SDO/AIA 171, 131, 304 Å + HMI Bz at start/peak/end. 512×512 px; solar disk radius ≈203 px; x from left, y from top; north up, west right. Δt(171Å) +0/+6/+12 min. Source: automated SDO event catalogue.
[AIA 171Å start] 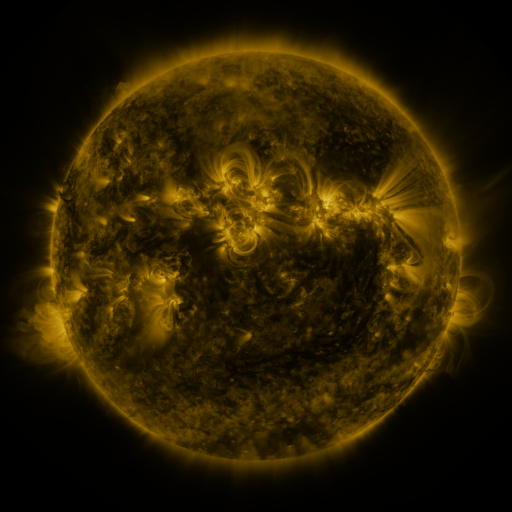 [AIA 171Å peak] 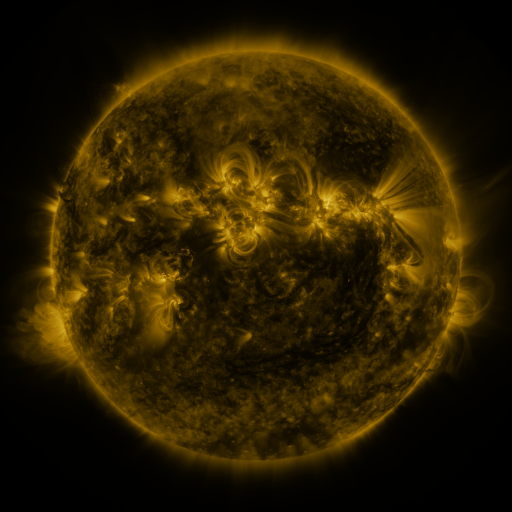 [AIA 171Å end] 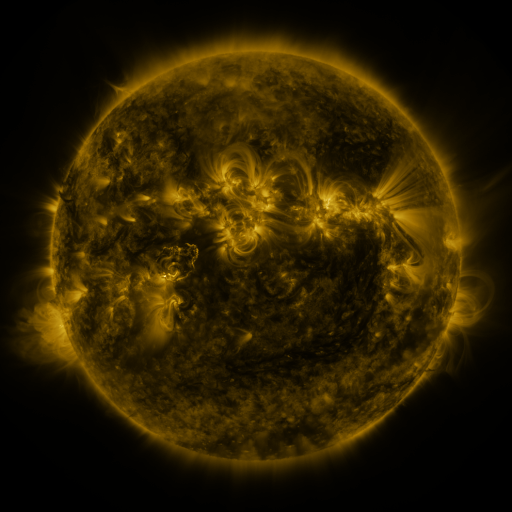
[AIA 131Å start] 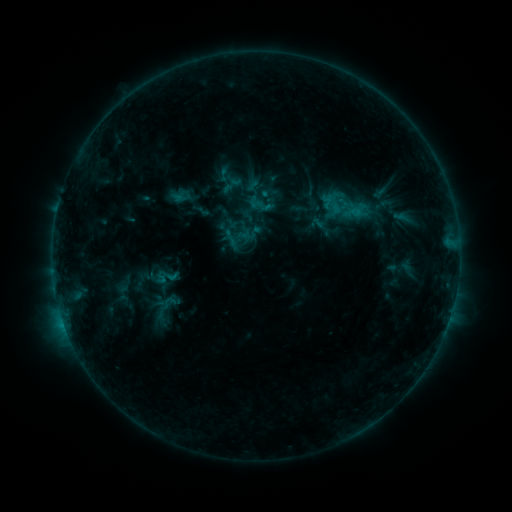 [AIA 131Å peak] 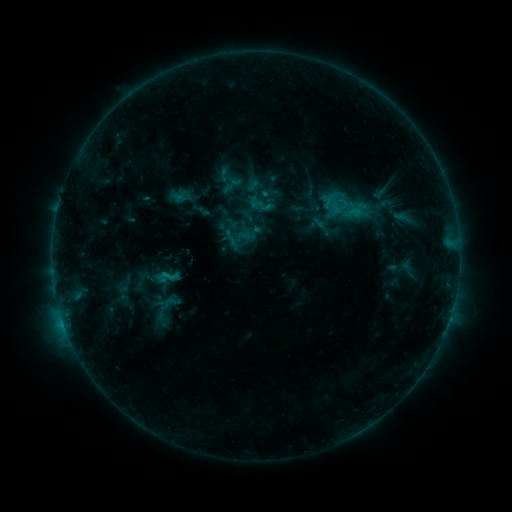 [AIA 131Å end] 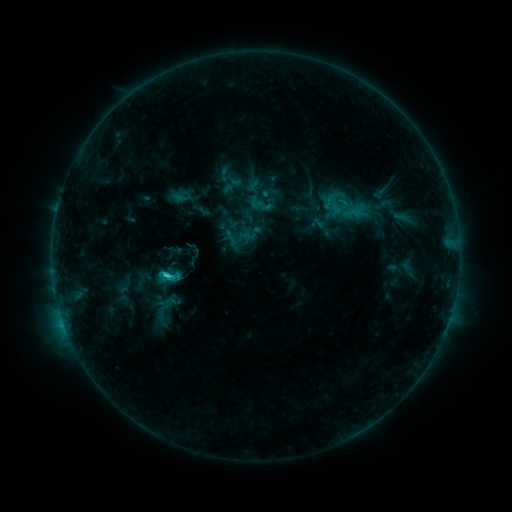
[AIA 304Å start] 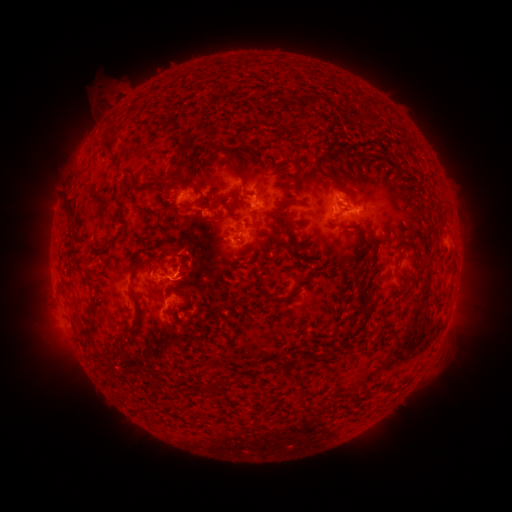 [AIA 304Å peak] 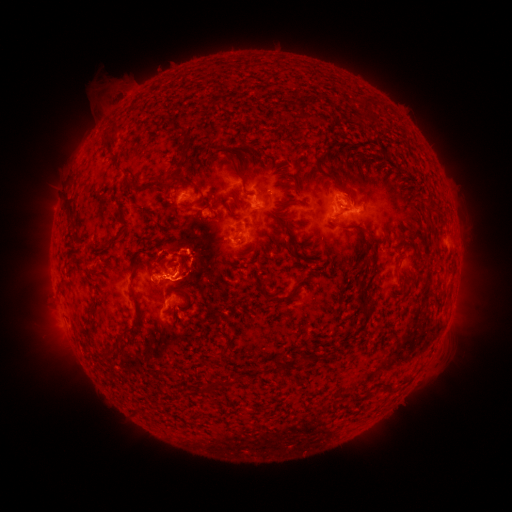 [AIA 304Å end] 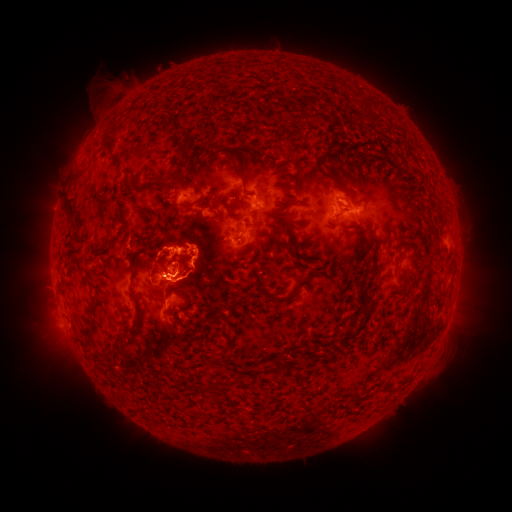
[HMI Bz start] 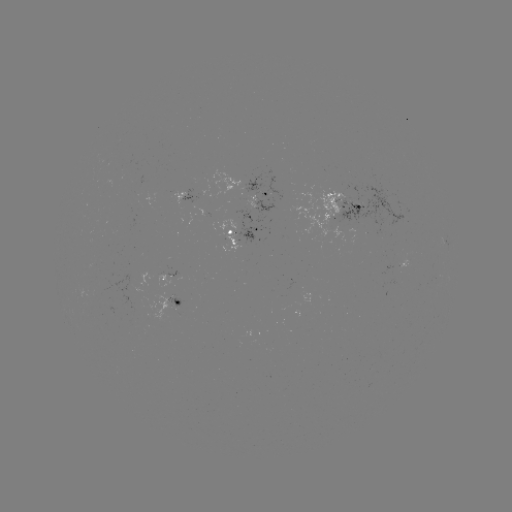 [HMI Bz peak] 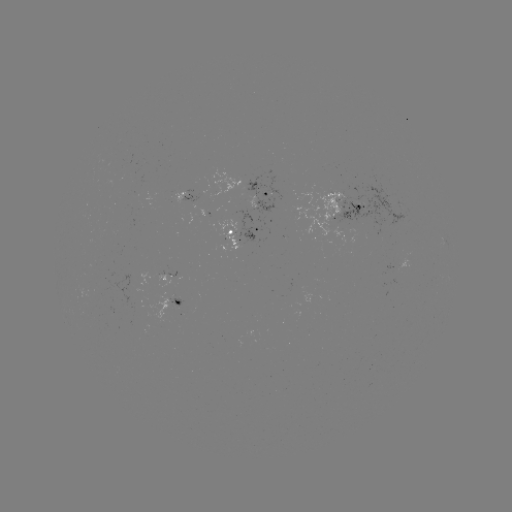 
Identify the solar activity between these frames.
eruption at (181, 243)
